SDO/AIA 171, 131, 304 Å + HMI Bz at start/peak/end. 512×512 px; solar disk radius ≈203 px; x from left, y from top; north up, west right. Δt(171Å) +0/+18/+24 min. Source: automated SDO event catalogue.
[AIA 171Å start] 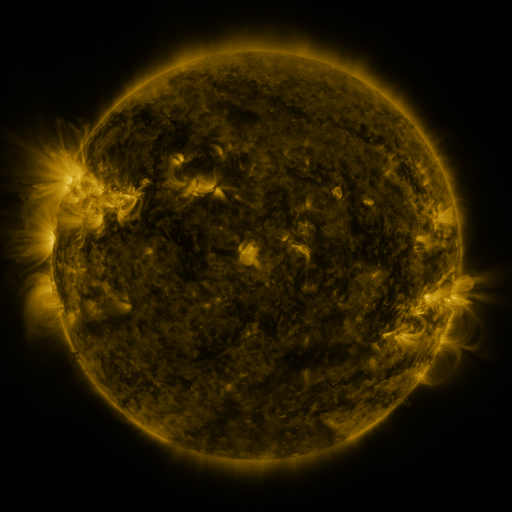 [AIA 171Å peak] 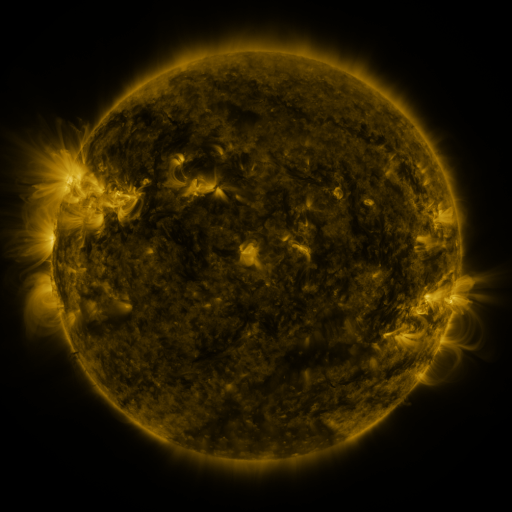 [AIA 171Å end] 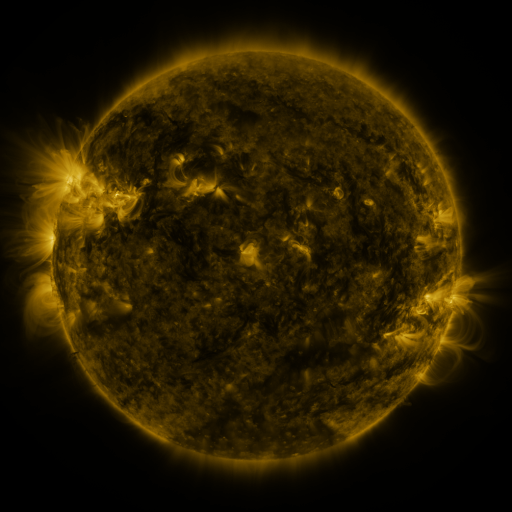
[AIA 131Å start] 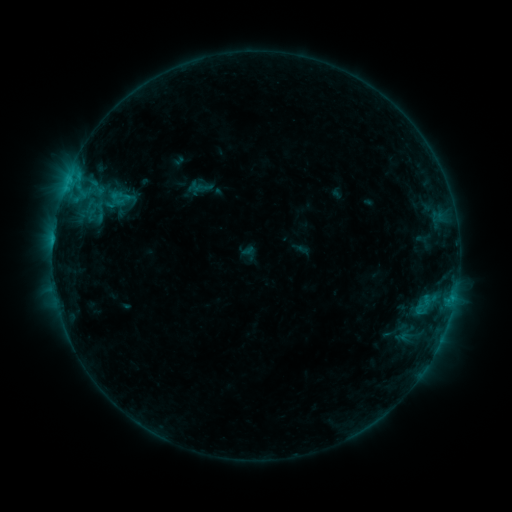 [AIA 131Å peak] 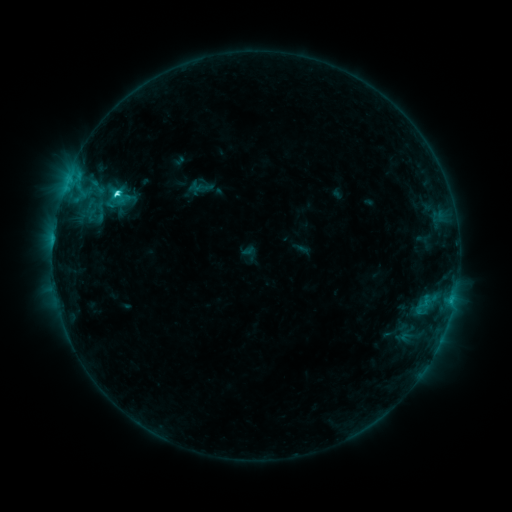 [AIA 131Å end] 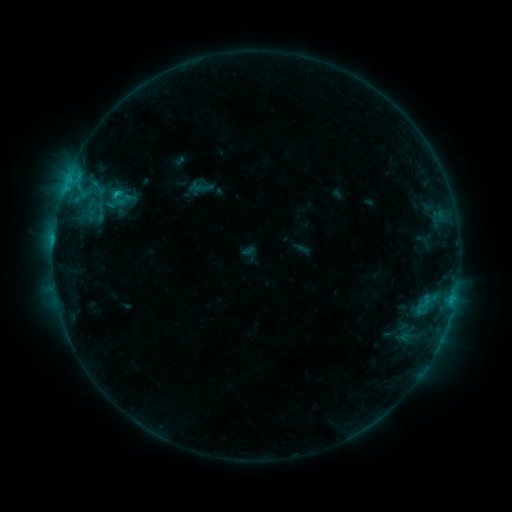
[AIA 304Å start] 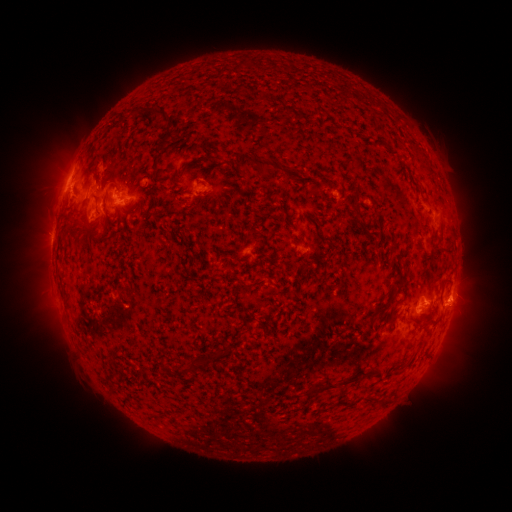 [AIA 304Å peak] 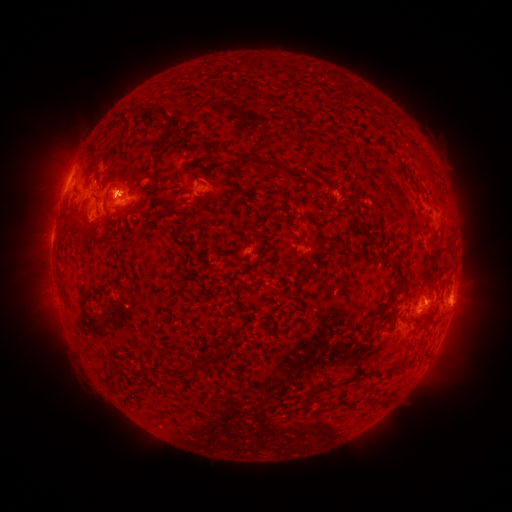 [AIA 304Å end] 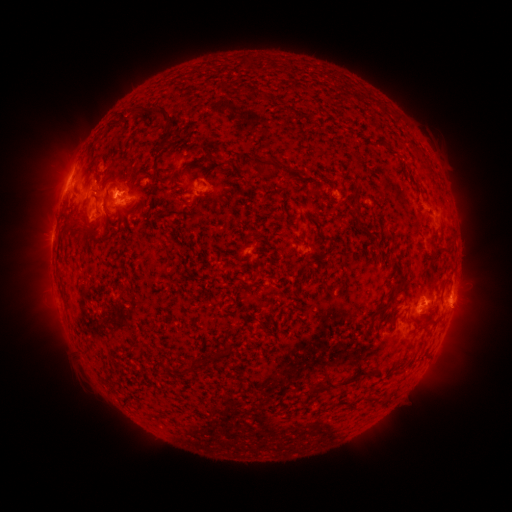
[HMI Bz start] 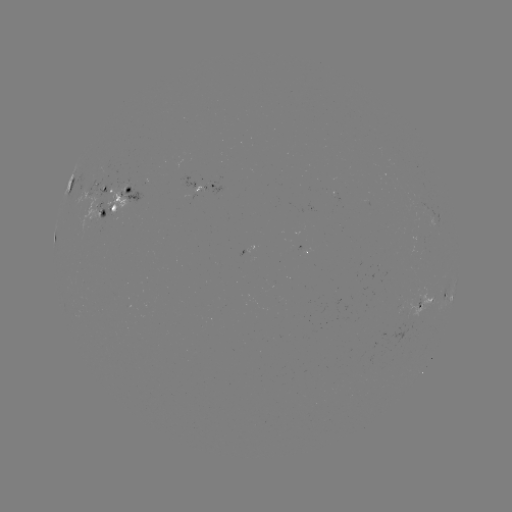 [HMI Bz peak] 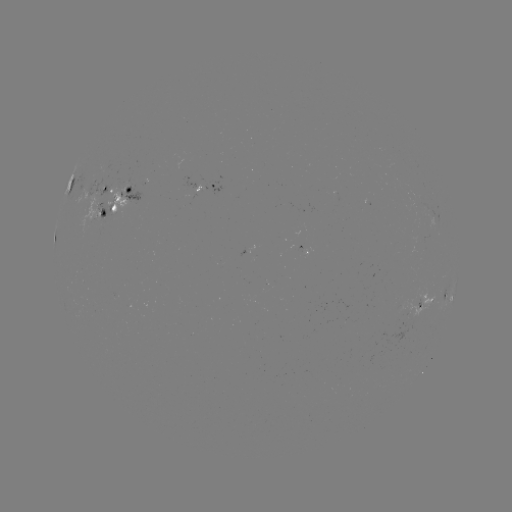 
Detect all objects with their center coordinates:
C2.9 flare: (451, 298)
